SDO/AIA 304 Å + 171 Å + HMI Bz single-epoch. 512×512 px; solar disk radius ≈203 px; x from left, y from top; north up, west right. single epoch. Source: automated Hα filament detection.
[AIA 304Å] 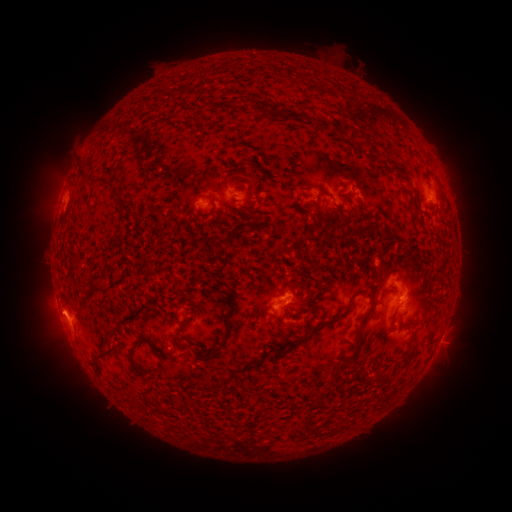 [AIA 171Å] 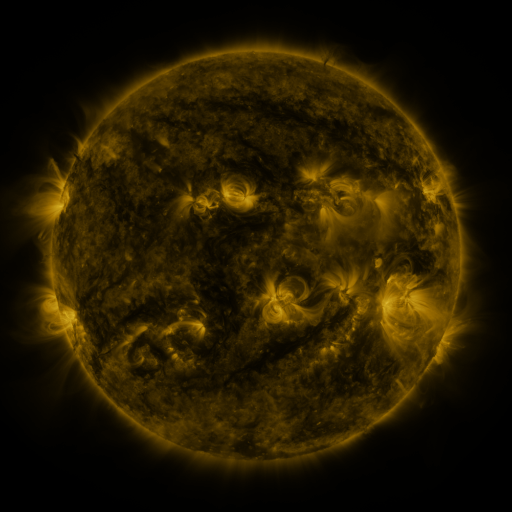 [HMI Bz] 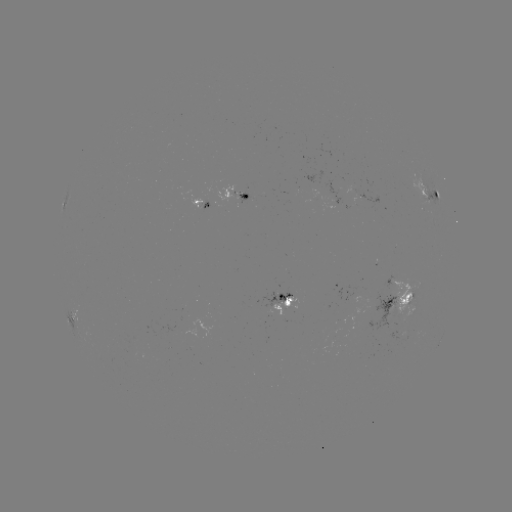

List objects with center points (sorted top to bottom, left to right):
filament: (279, 113)
filament: (359, 115)
filament: (82, 169)
filament: (100, 180)
filament: (239, 181)
filament: (127, 208)
filament: (351, 215)
filament: (370, 215)
filament: (233, 233)
filament: (211, 273)
filament: (219, 286)
filament: (309, 297)
filament: (322, 324)
filament: (178, 332)
filament: (357, 336)
filament: (225, 339)
filament: (150, 344)
filament: (279, 349)
filament: (100, 355)
filament: (405, 360)
filament: (160, 372)
filament: (141, 374)
filament: (308, 419)
